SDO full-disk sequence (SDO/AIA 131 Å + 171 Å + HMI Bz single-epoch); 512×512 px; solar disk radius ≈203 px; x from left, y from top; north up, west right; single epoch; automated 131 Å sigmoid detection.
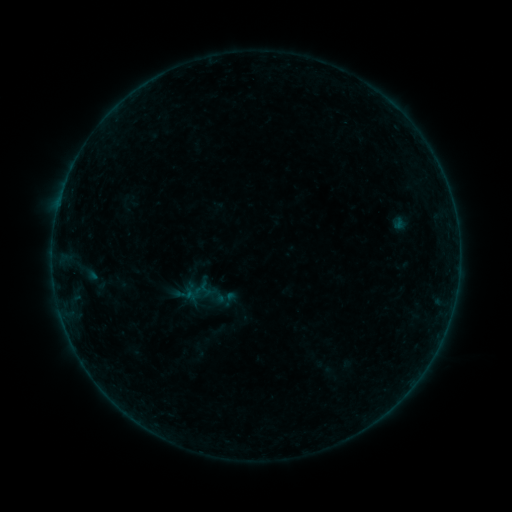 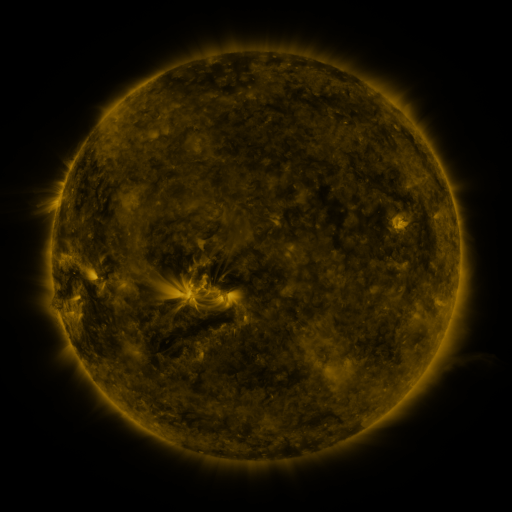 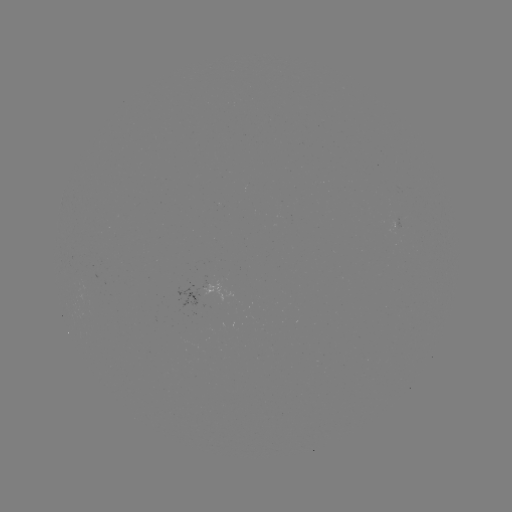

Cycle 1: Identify sigmoid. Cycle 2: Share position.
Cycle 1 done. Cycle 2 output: [205, 289].